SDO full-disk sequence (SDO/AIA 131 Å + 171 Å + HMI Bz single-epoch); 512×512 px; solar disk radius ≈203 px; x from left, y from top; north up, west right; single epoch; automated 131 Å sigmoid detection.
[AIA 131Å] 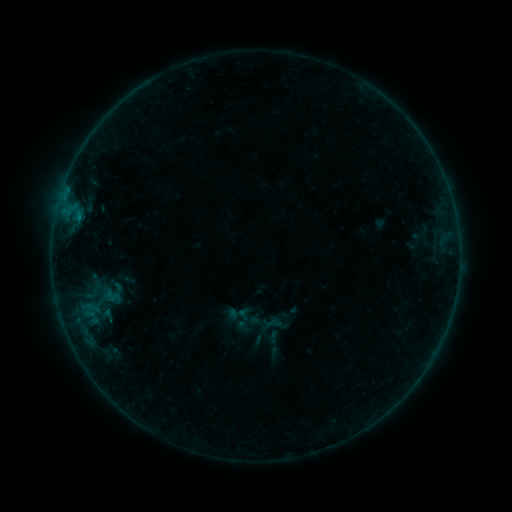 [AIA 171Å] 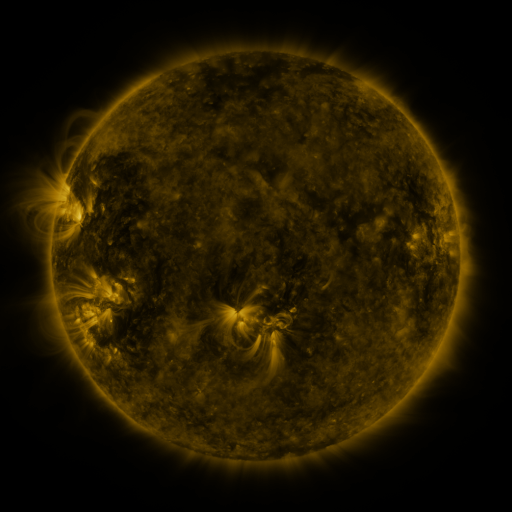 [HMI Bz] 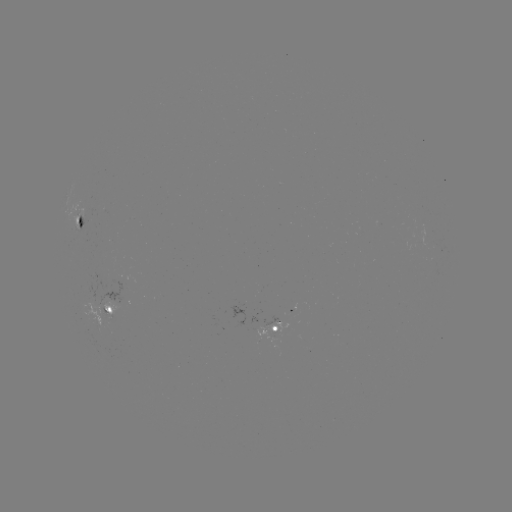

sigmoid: <bbox>67, 269, 131, 336</bbox>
